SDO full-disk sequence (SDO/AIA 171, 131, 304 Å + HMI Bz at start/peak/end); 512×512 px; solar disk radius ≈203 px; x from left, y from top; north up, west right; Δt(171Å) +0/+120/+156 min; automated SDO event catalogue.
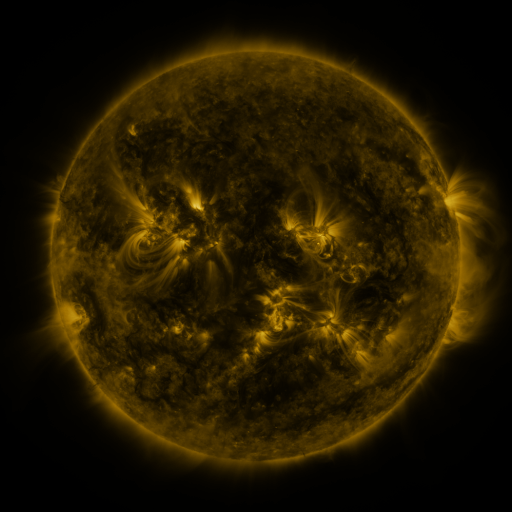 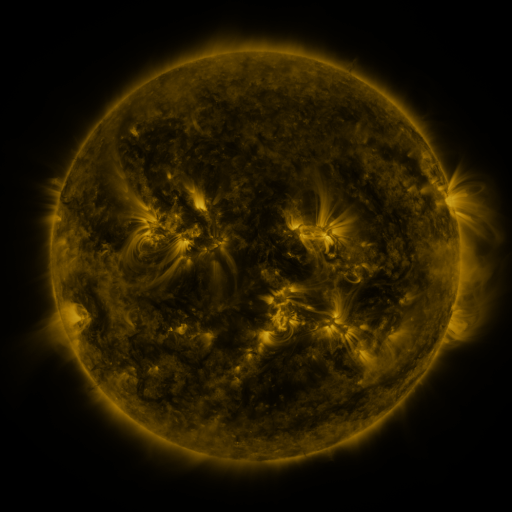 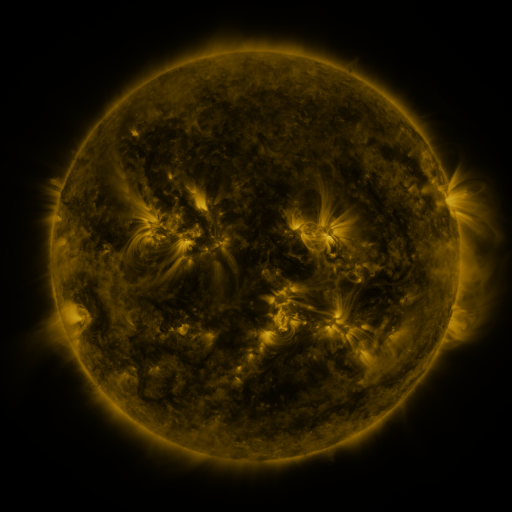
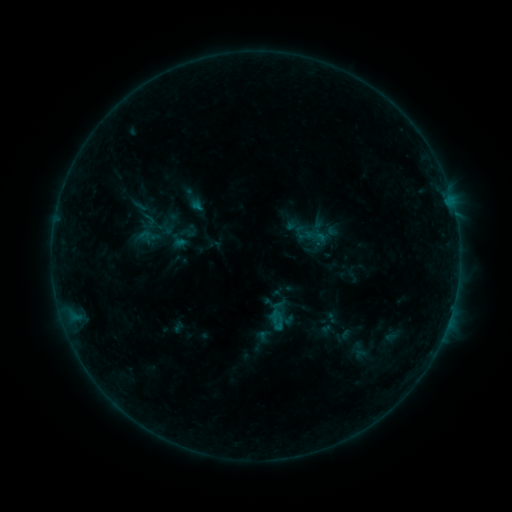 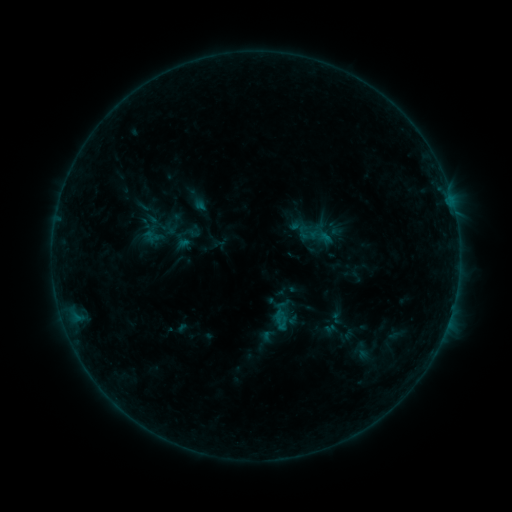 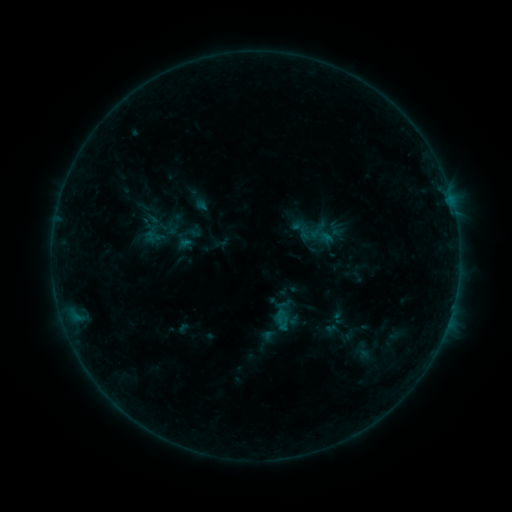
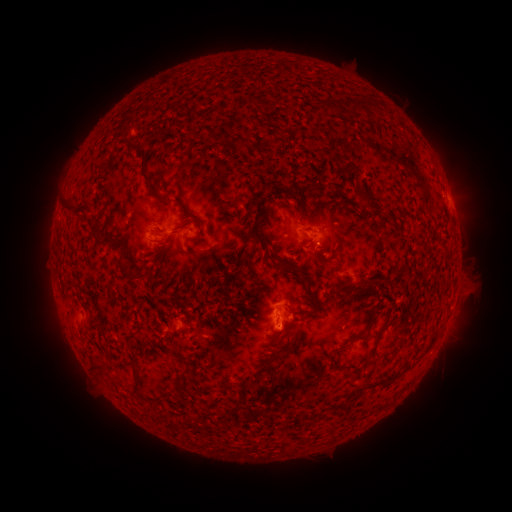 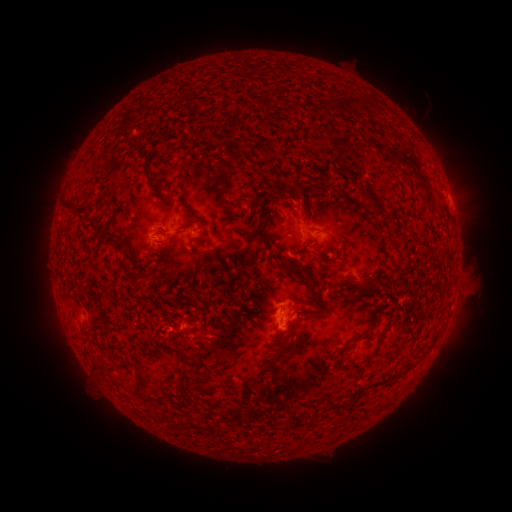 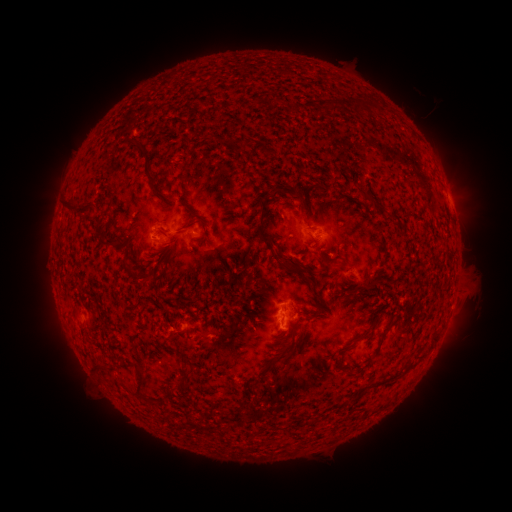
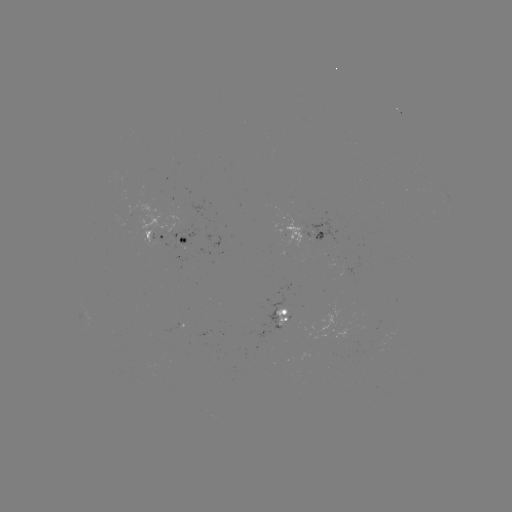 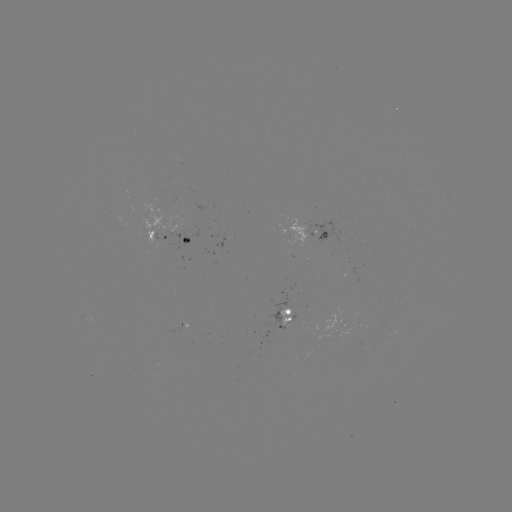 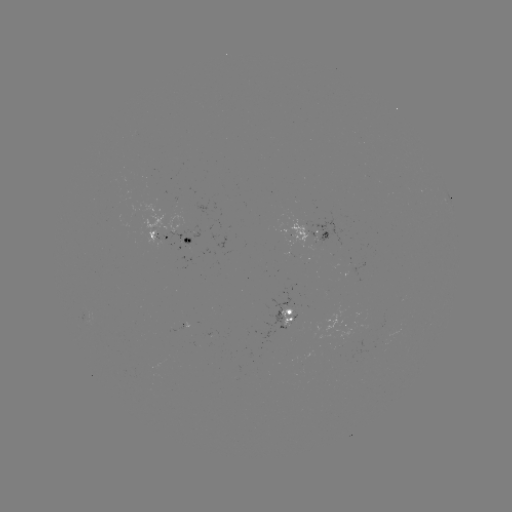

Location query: emerging-flux region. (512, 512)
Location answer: (210, 340).